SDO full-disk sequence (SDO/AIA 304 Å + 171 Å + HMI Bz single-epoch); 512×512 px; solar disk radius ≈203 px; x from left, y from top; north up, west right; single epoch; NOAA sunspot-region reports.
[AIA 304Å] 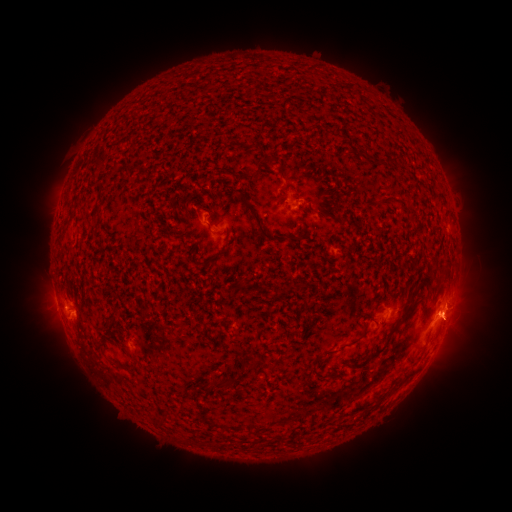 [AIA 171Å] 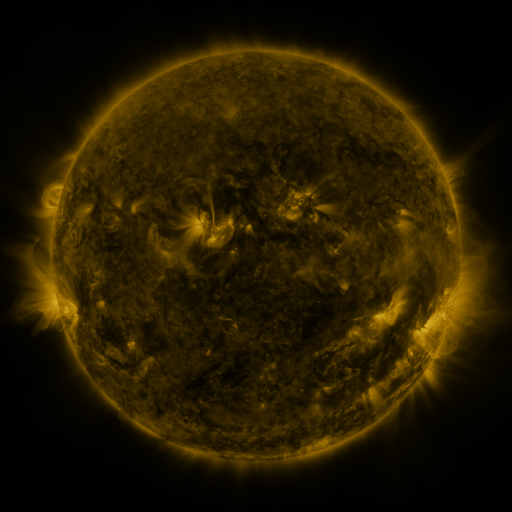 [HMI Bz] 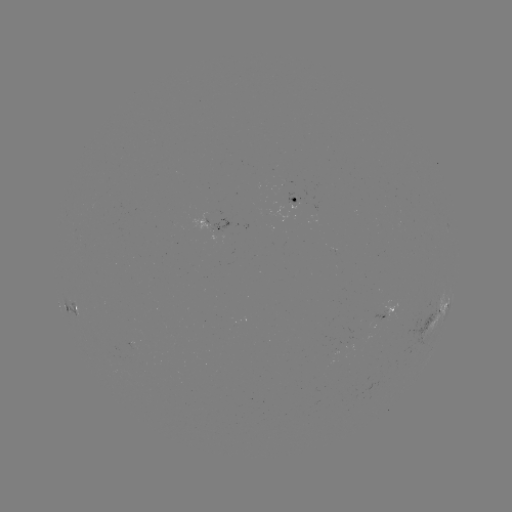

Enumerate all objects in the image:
spotted active region: (295, 200)
spotted active region: (208, 224)
spotted active region: (74, 305)
spotted active region: (441, 306)
spotted active region: (384, 313)
